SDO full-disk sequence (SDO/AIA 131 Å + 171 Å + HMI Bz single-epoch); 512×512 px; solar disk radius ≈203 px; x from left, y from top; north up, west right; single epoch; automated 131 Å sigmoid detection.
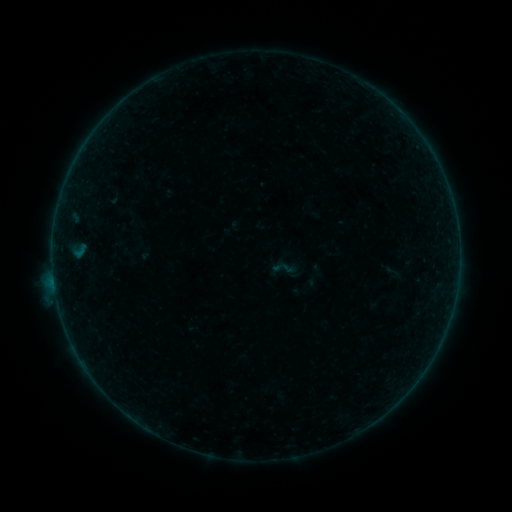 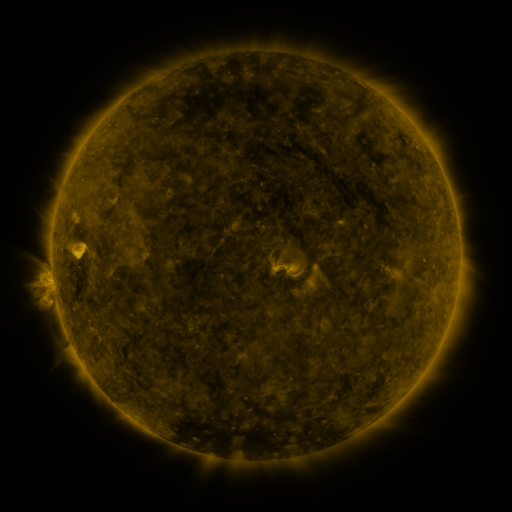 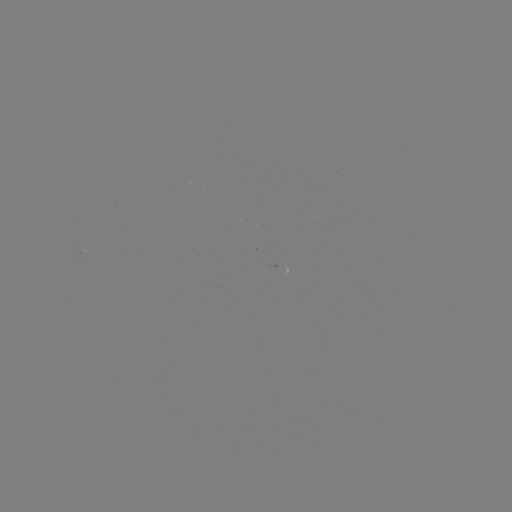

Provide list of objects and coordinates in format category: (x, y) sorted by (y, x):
sigmoid: (283, 268)
